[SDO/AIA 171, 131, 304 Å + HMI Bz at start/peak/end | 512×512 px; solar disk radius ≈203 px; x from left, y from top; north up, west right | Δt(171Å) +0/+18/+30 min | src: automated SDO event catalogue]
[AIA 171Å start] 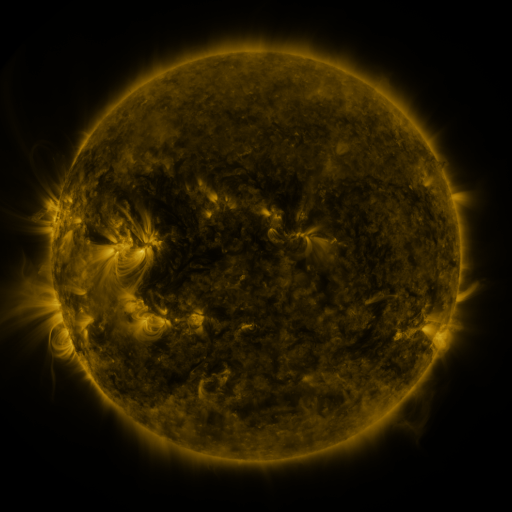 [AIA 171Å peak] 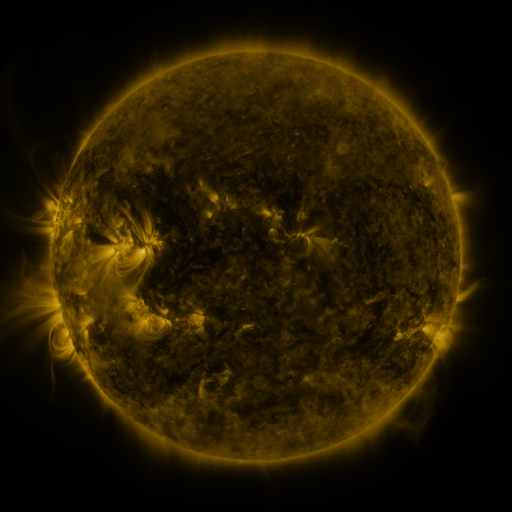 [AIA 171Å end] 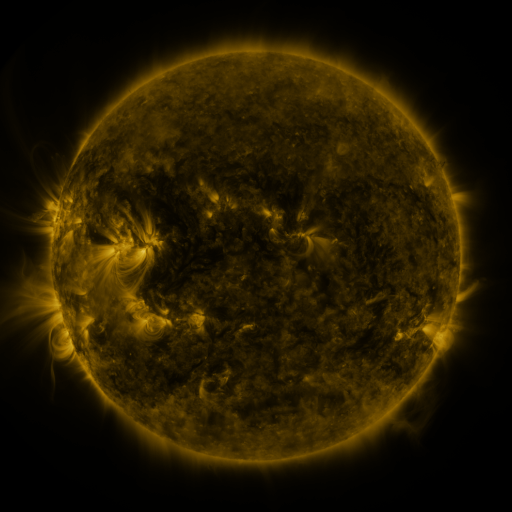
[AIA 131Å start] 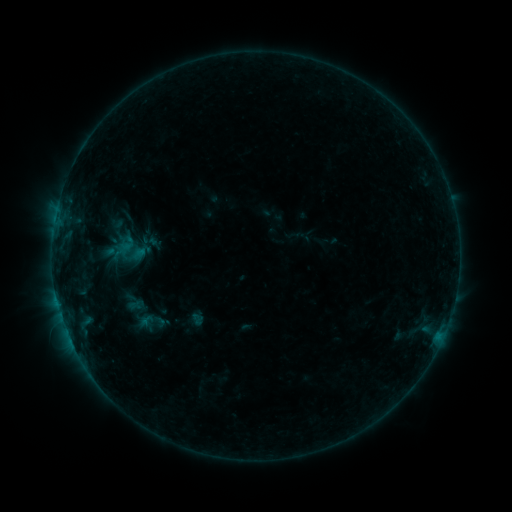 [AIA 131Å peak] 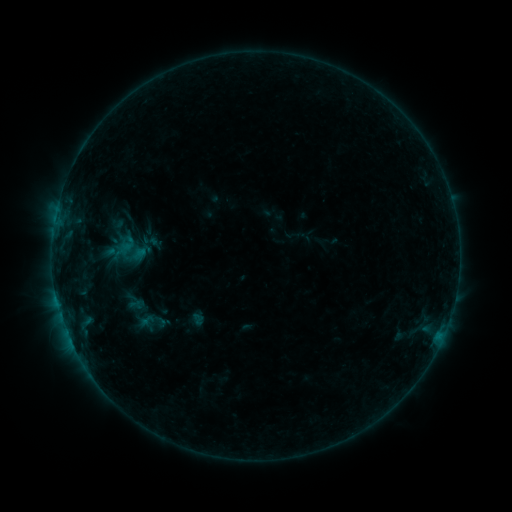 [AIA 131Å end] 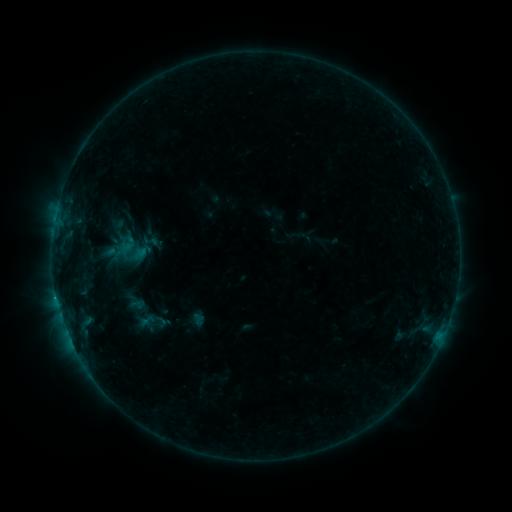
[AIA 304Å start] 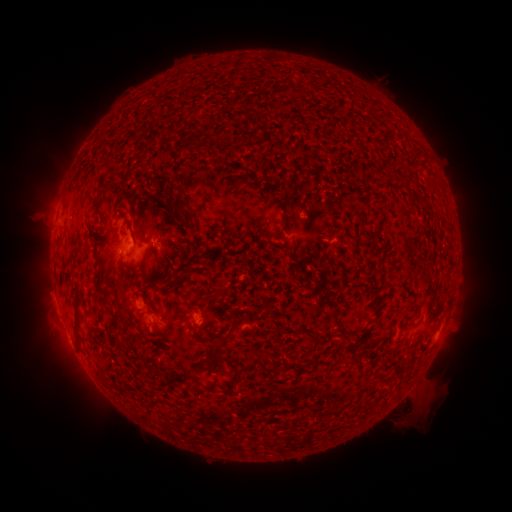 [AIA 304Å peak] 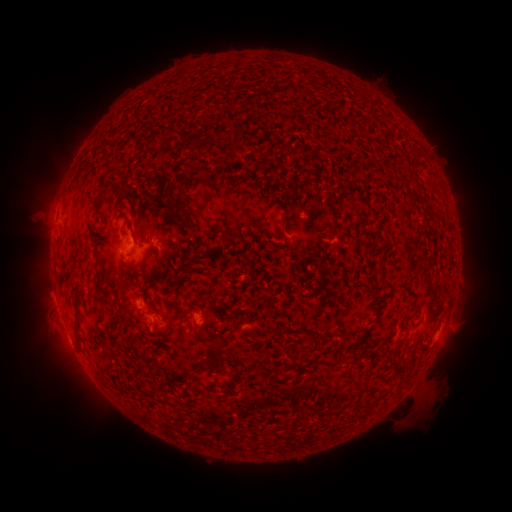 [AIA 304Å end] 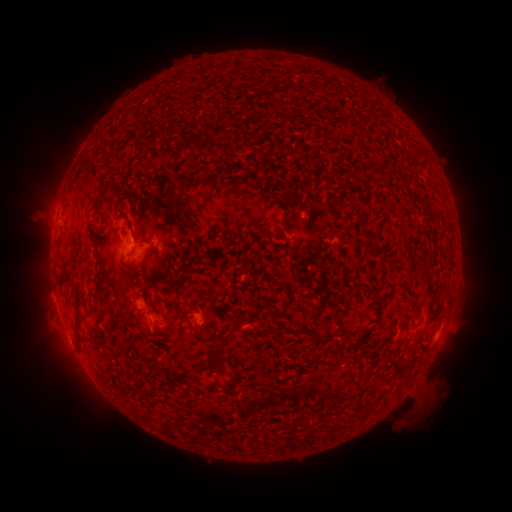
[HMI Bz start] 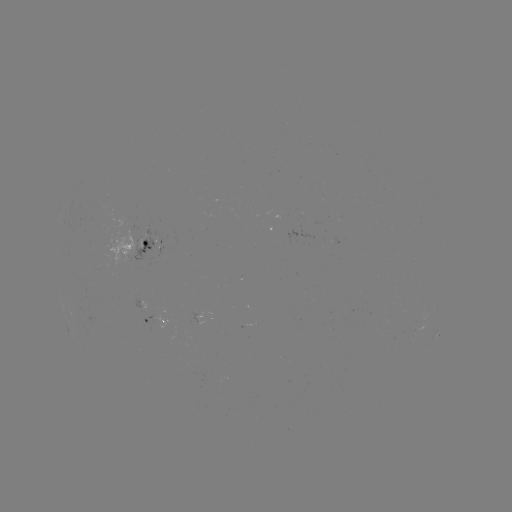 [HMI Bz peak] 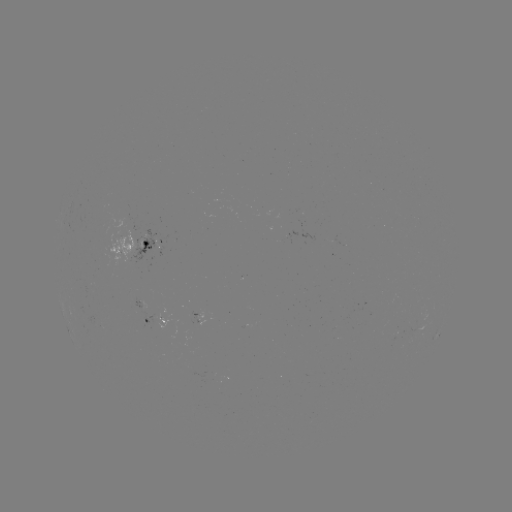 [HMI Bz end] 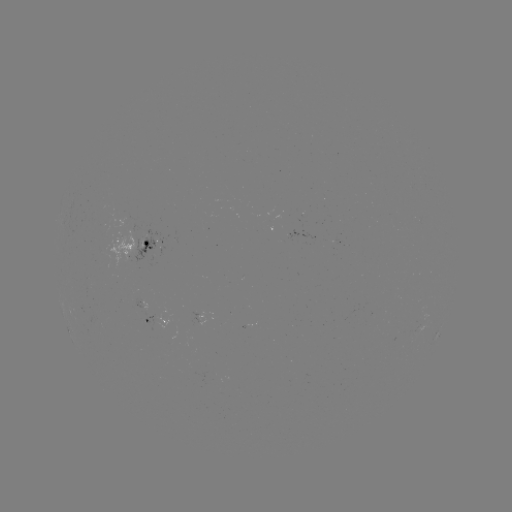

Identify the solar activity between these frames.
no flare in any classed list; no EUV-trigger detection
